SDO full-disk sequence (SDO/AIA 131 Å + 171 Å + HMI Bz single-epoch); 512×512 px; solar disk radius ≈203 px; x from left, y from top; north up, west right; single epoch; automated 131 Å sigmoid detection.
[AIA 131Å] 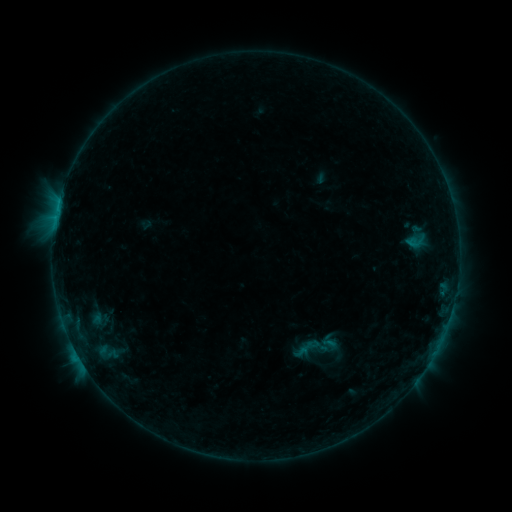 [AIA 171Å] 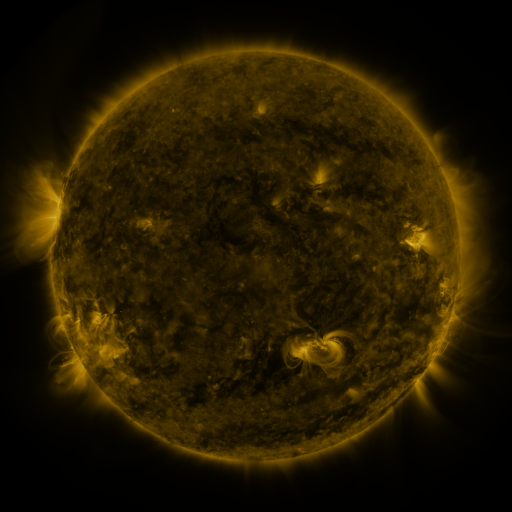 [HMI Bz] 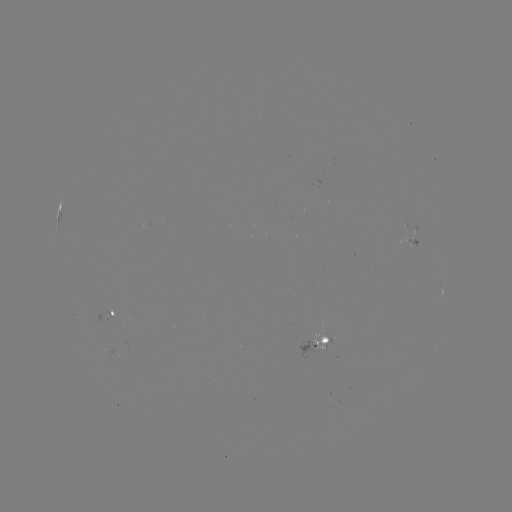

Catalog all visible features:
sigmoid: [293, 322, 342, 370]
